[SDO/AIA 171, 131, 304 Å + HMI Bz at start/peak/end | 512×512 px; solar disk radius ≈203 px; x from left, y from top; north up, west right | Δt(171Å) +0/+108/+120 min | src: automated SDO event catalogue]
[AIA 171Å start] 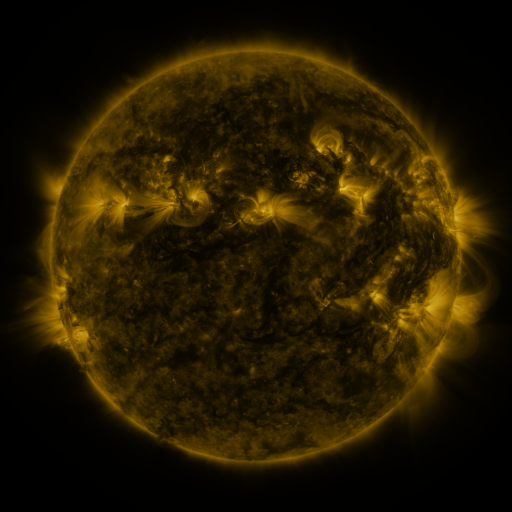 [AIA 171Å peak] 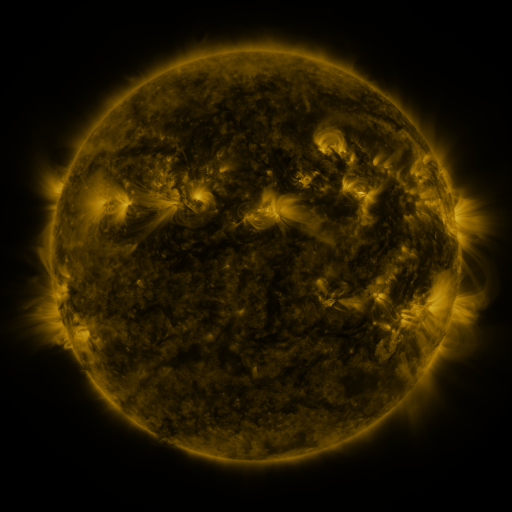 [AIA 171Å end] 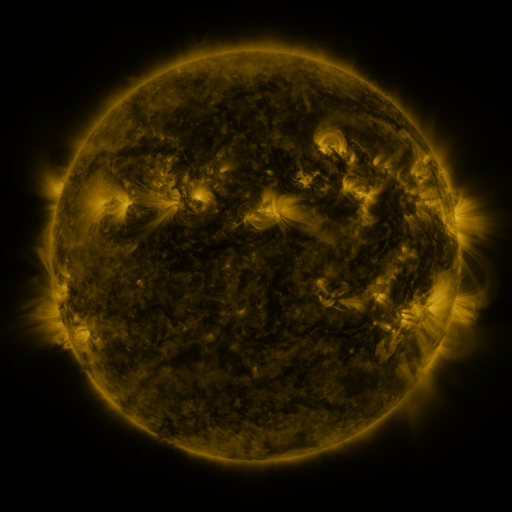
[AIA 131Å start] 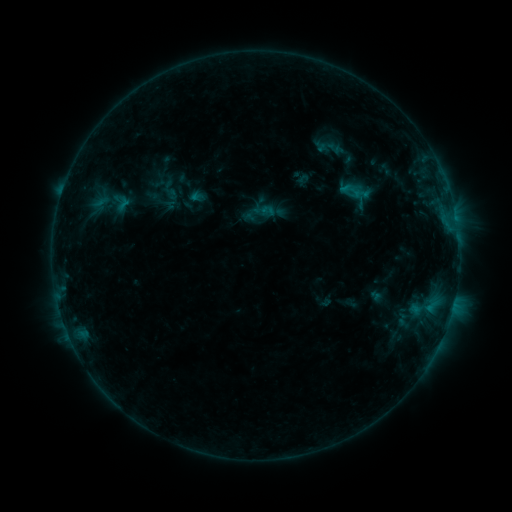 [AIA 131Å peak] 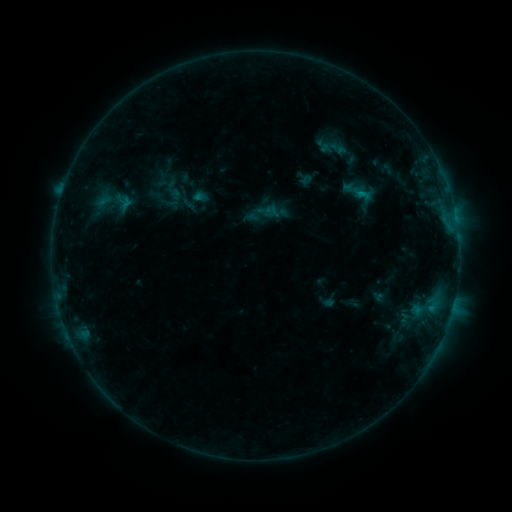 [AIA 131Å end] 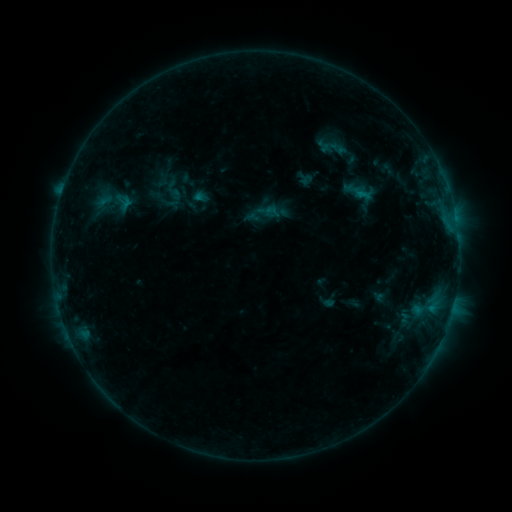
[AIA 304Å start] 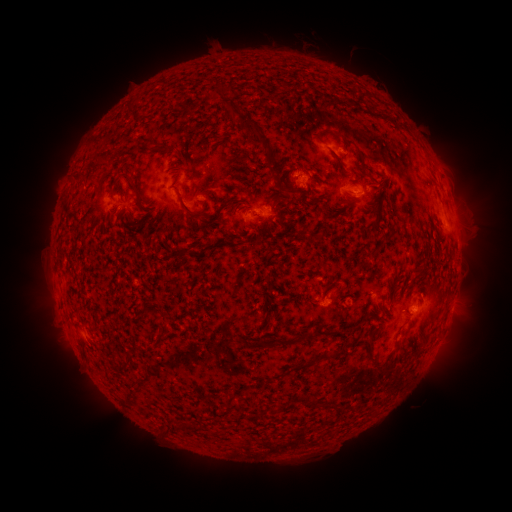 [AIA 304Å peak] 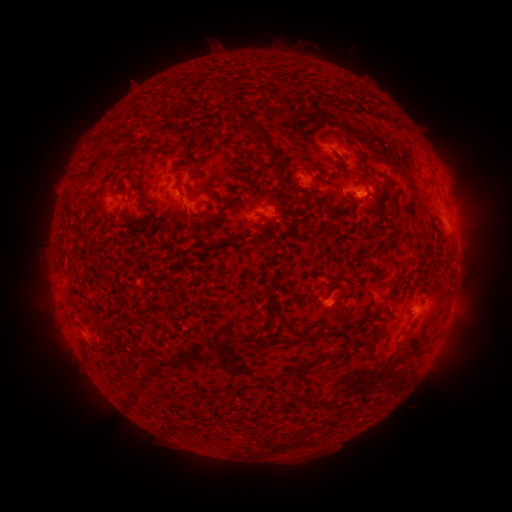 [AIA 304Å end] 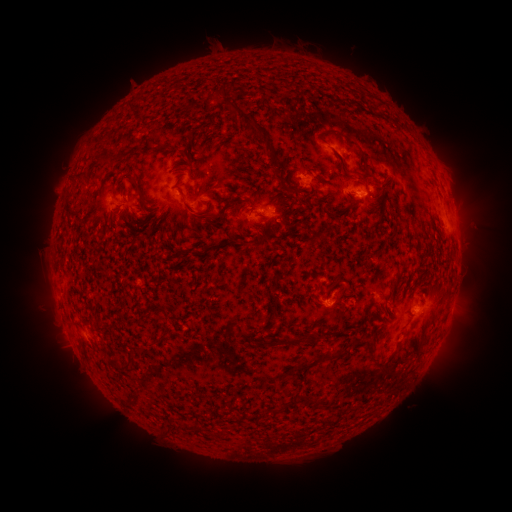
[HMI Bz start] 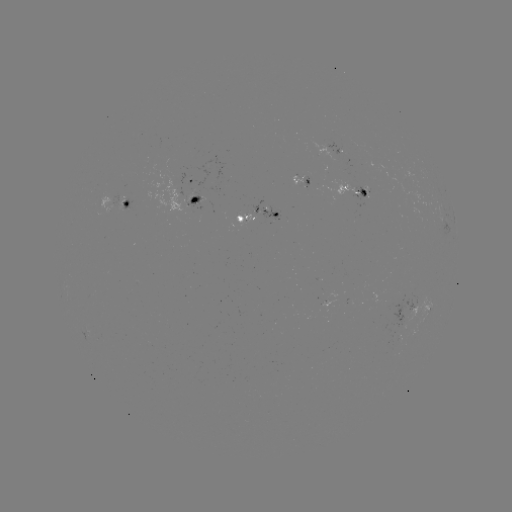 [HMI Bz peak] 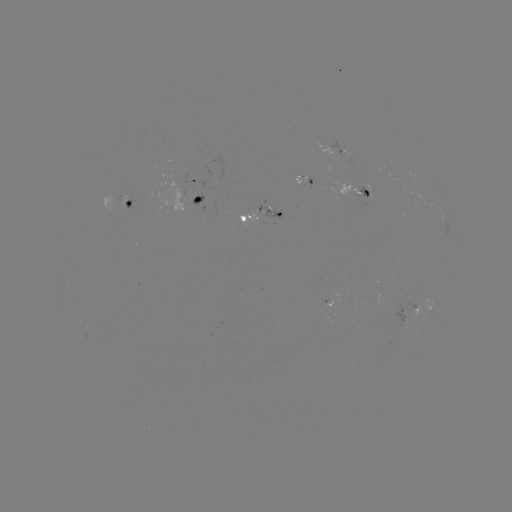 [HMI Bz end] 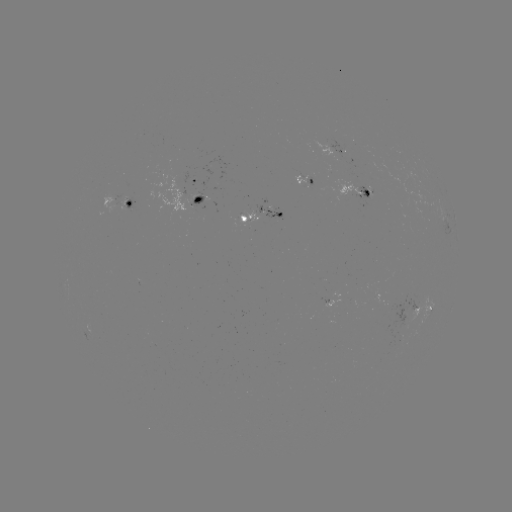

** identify emerging-flux region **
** [400, 337] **